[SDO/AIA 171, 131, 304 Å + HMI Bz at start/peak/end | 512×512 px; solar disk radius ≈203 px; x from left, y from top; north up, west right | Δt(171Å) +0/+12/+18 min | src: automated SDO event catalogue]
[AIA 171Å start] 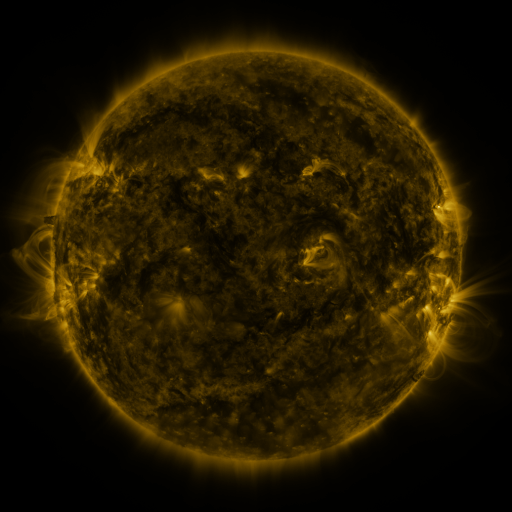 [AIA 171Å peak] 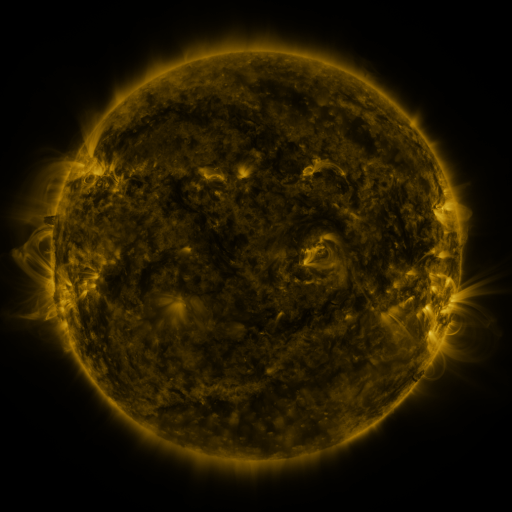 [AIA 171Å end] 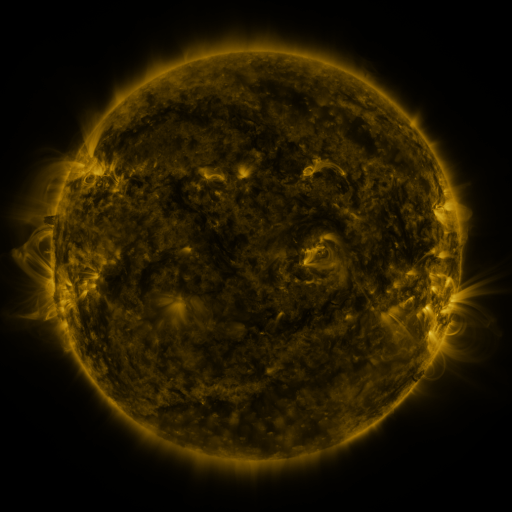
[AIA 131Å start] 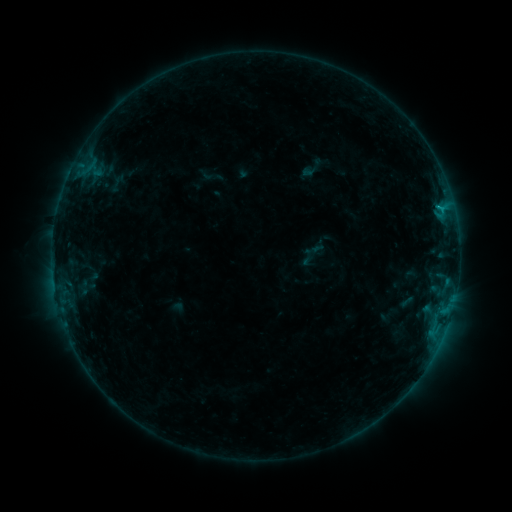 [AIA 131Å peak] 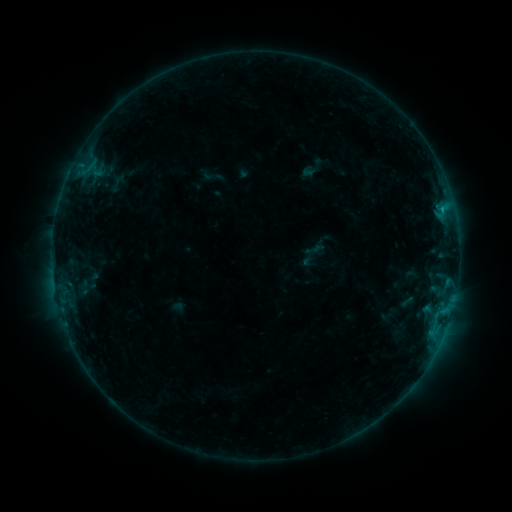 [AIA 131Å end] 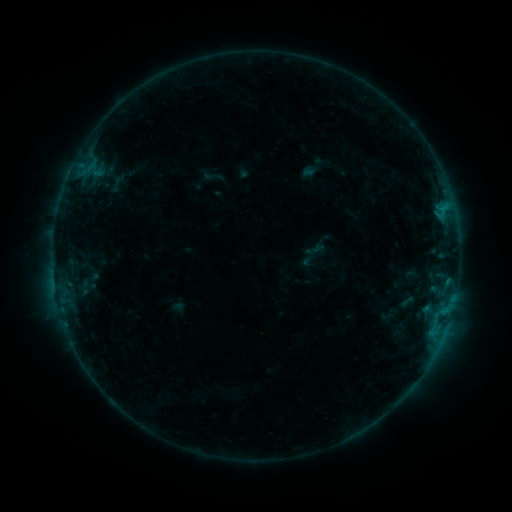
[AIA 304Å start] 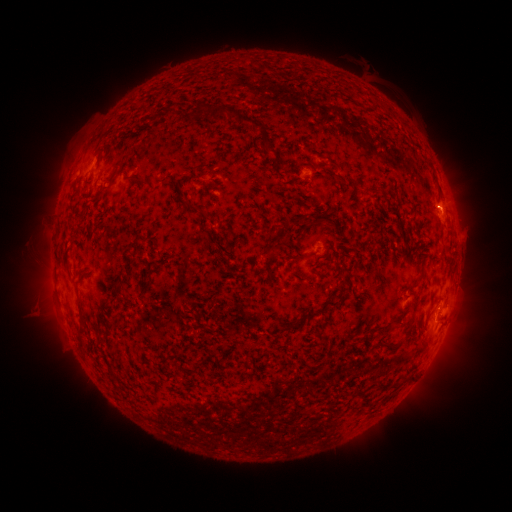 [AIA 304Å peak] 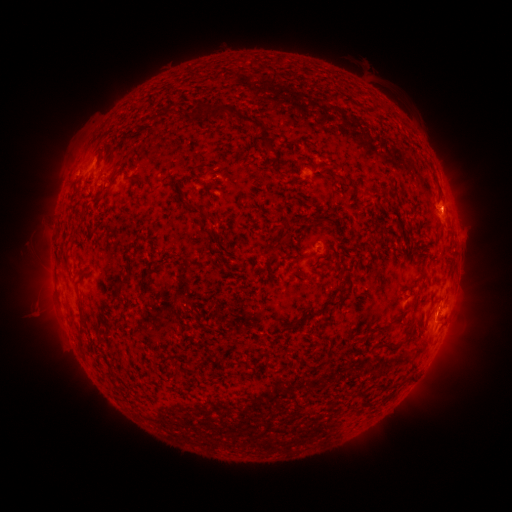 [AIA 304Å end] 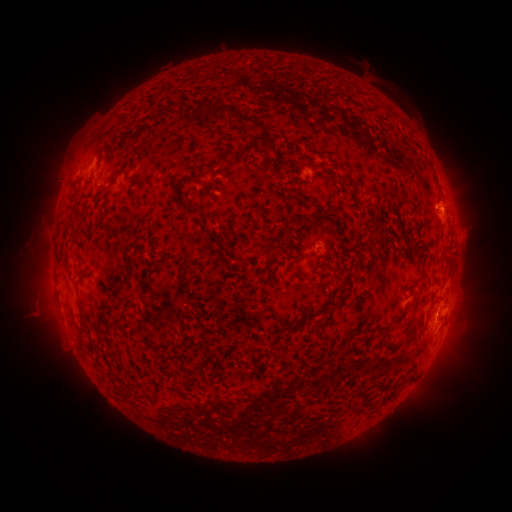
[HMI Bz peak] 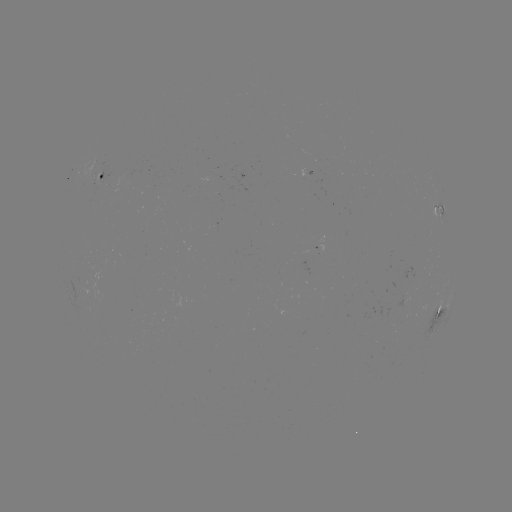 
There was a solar flare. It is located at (437, 210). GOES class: C1.3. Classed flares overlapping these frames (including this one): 1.